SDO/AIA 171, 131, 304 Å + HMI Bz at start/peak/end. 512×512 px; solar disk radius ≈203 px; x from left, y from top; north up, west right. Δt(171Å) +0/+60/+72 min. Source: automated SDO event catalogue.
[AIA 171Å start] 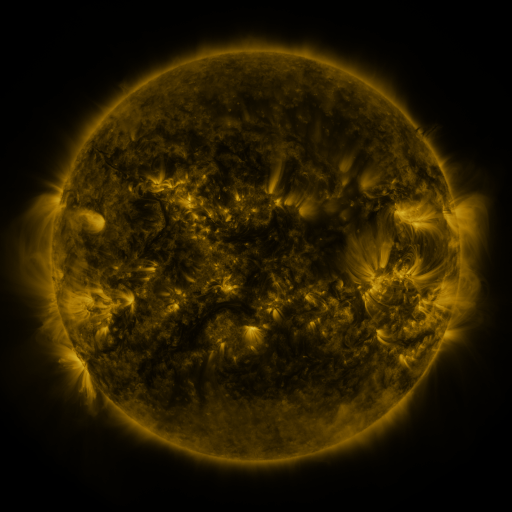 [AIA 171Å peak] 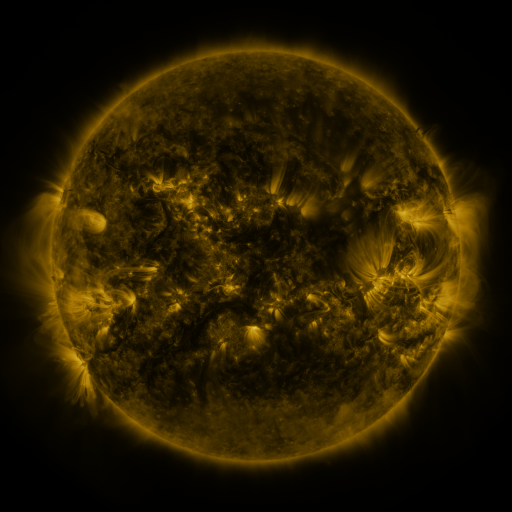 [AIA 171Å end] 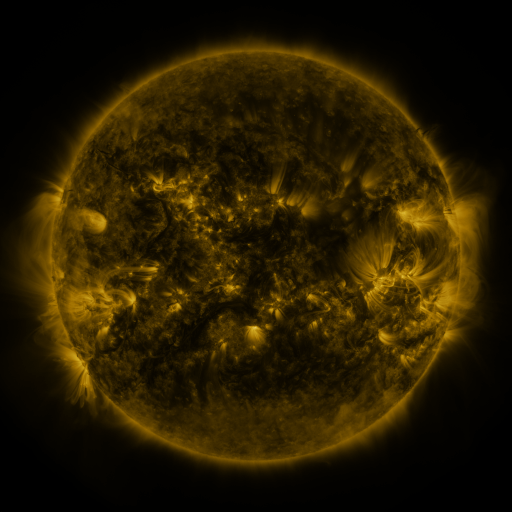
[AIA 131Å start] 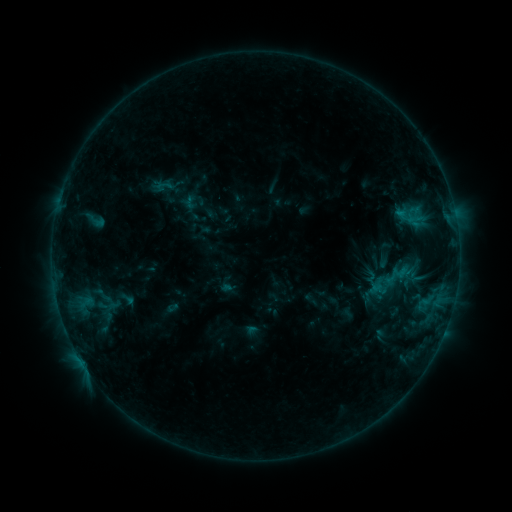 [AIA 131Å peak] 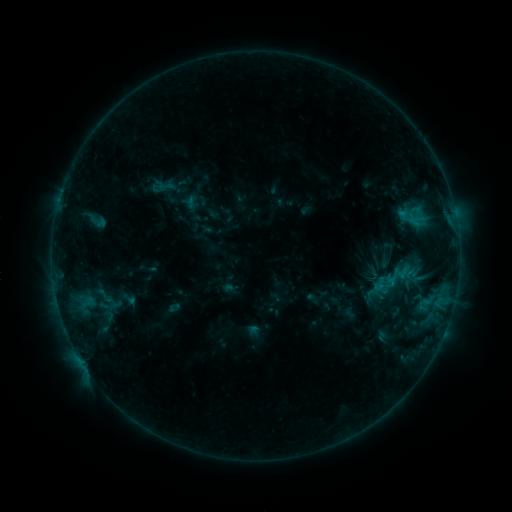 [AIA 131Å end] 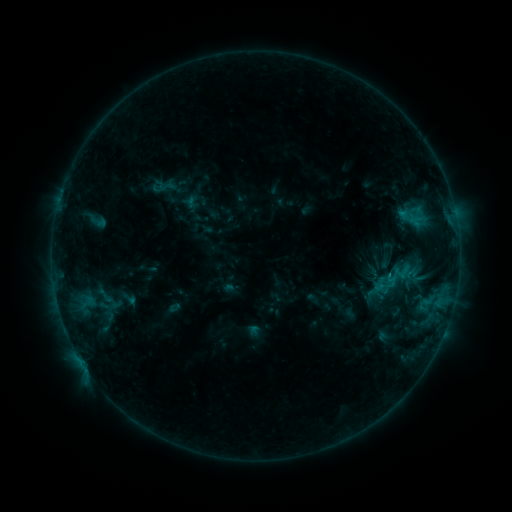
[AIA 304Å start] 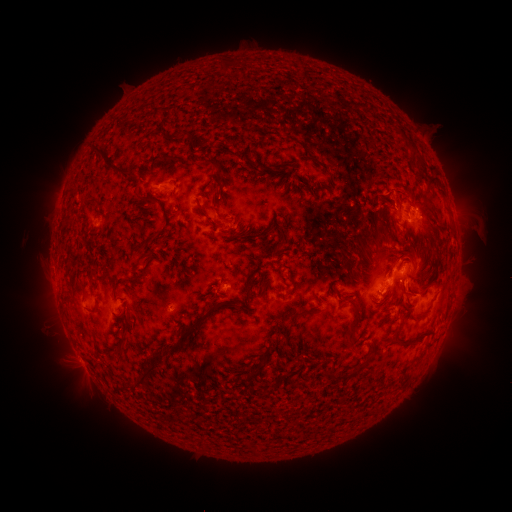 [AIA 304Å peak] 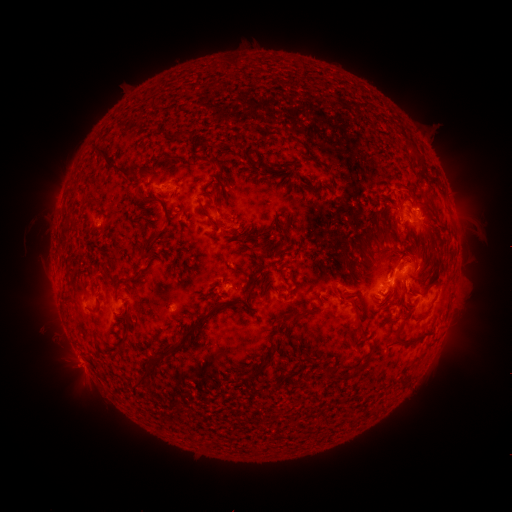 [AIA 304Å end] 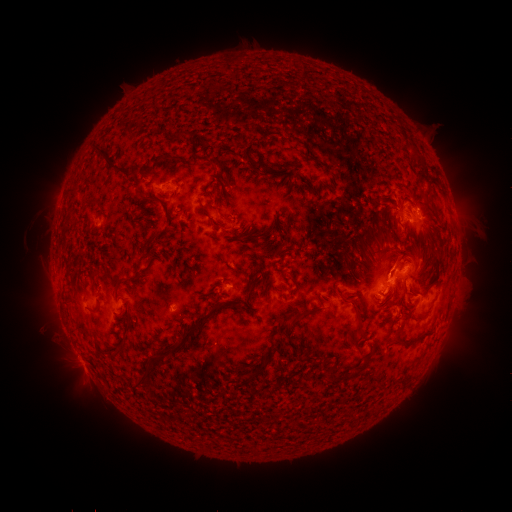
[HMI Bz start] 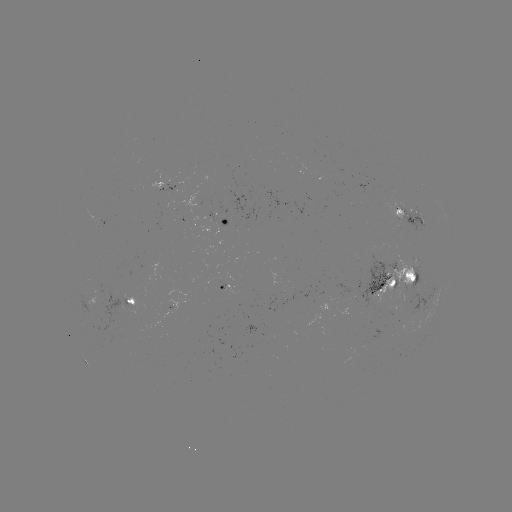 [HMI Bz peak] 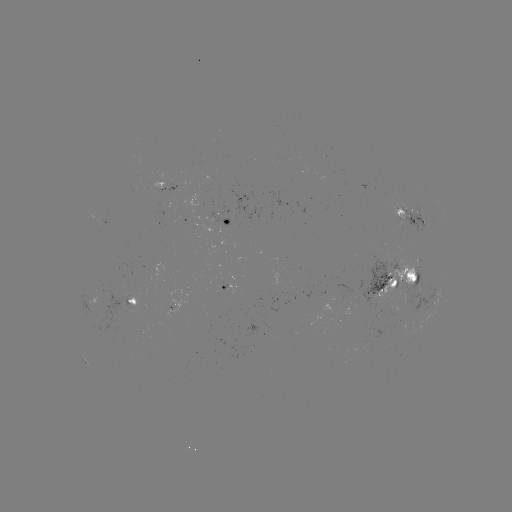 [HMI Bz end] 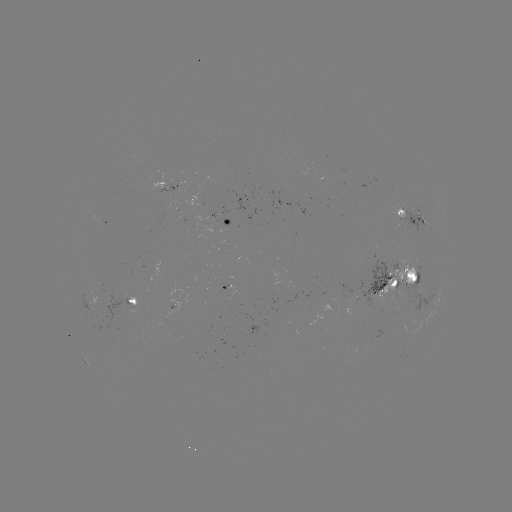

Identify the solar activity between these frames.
emerging-flux region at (390, 286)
